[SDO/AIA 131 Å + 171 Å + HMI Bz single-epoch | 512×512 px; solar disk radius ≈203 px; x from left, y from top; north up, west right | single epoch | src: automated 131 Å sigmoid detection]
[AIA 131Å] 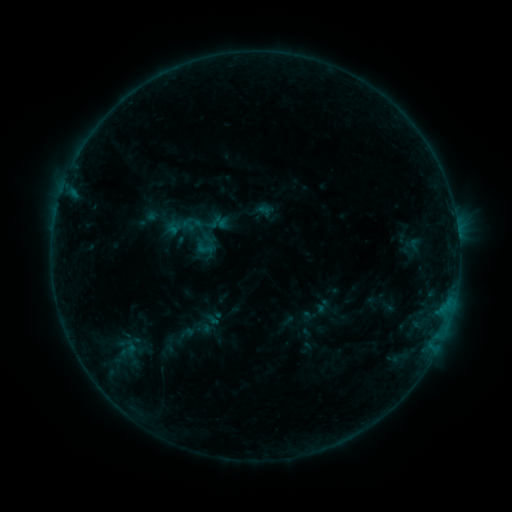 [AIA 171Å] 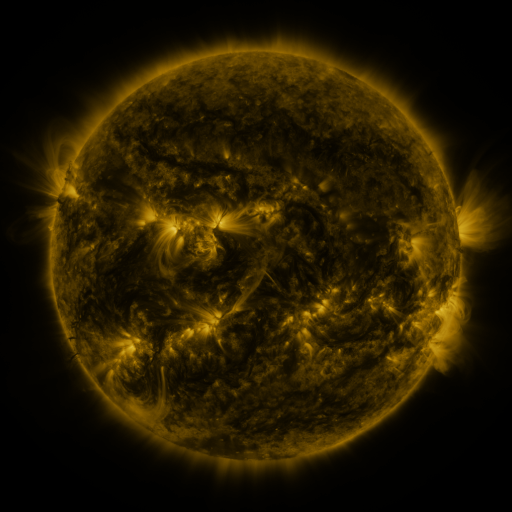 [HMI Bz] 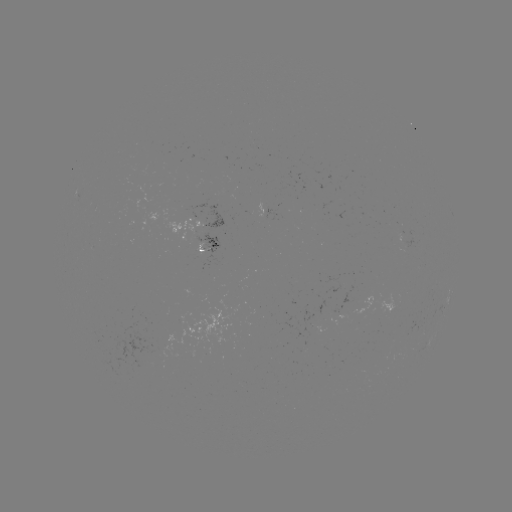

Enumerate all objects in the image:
sigmoid: (202, 229)
sigmoid: (204, 248)
